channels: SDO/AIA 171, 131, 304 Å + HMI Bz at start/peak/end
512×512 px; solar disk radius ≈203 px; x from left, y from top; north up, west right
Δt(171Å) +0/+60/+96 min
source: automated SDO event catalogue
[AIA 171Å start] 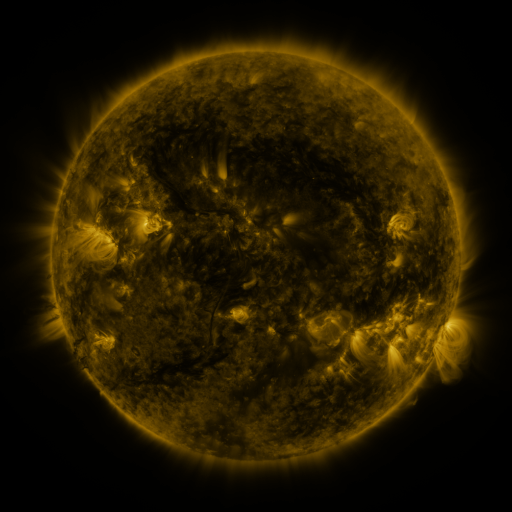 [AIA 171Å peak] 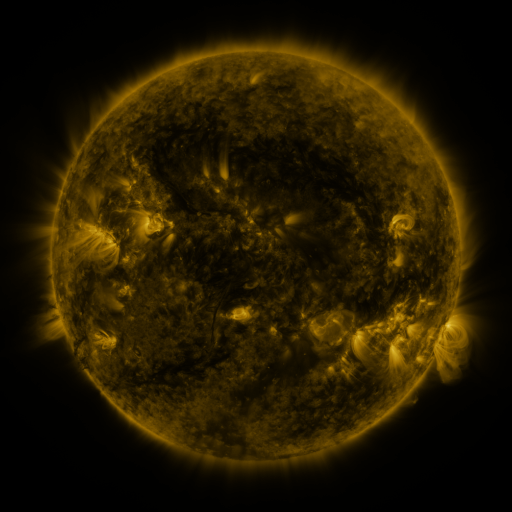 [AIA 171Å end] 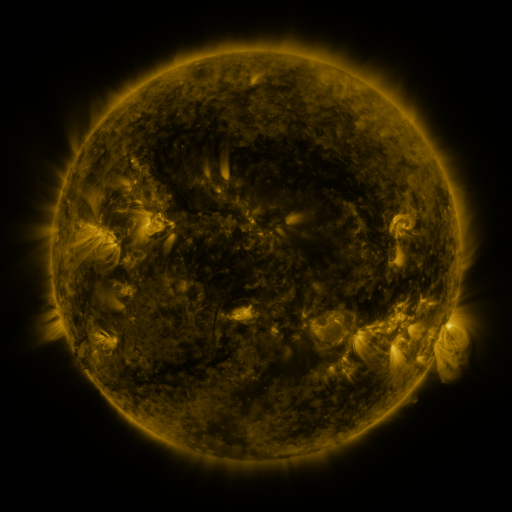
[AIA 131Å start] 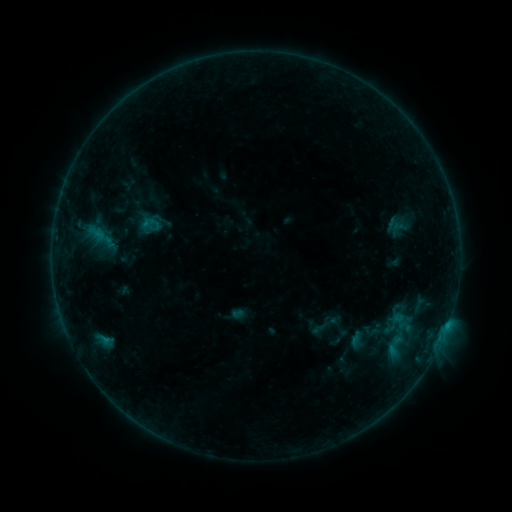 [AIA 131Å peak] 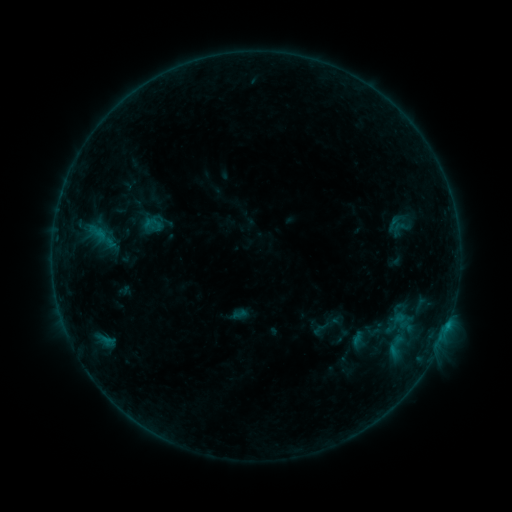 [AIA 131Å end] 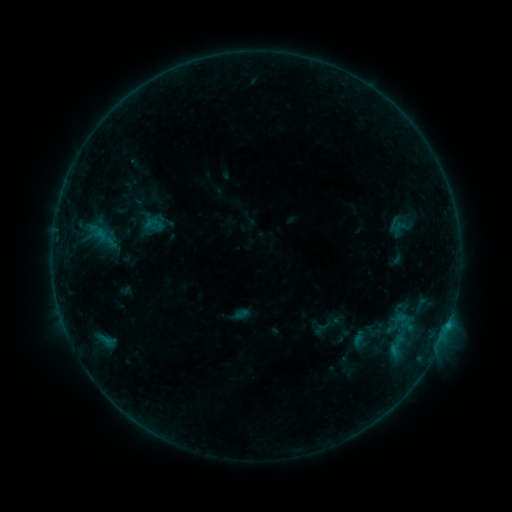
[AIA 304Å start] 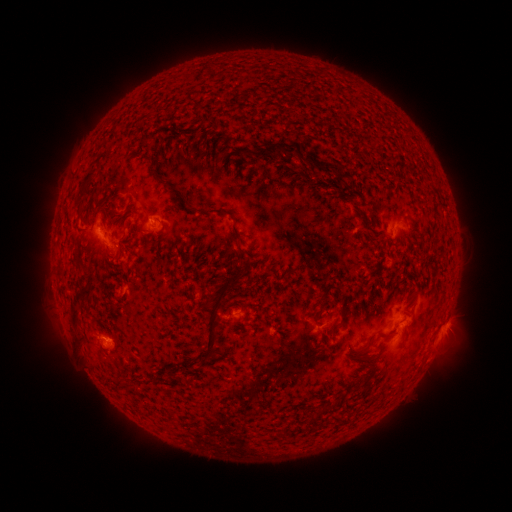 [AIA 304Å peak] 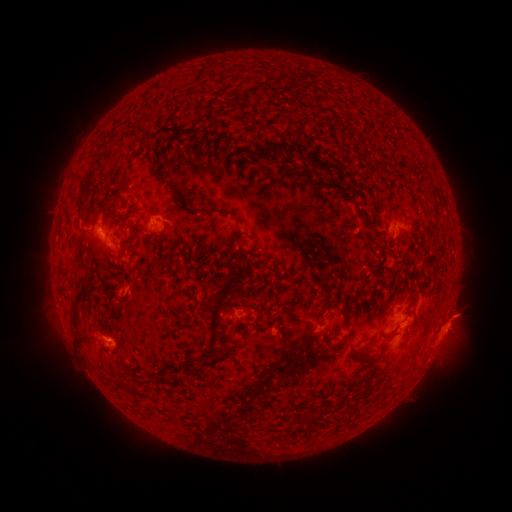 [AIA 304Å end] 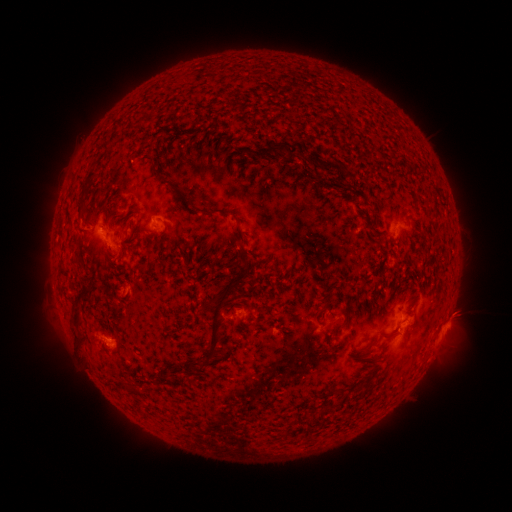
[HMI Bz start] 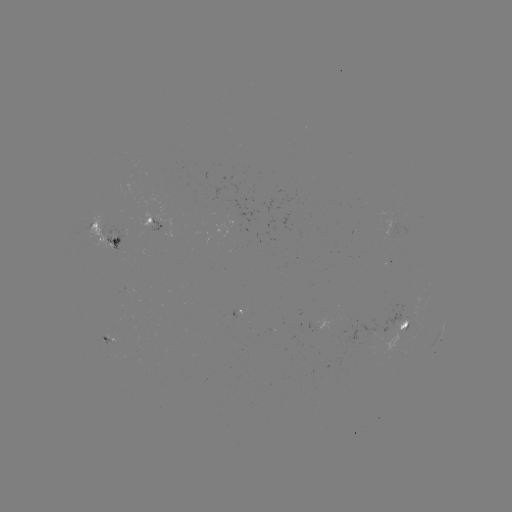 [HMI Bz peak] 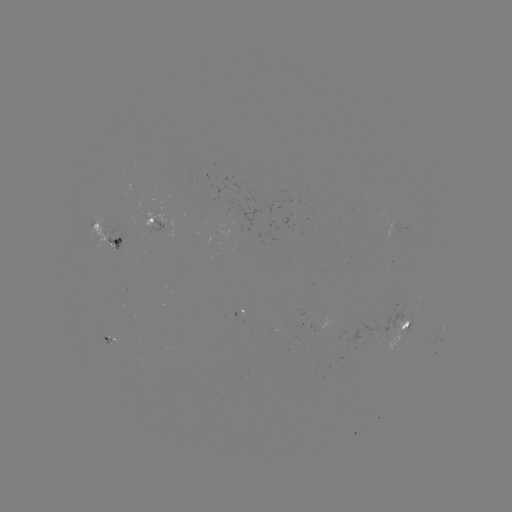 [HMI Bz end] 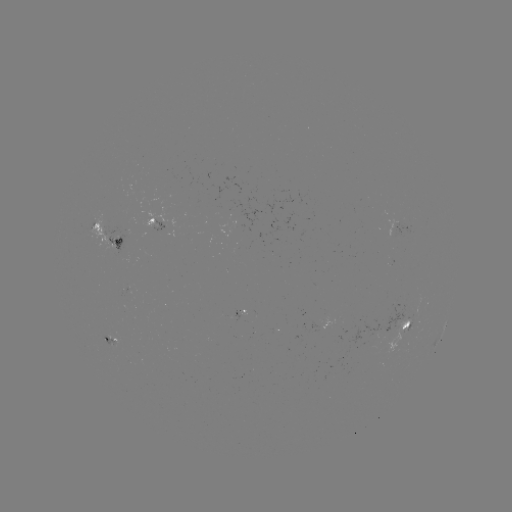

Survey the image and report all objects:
emerging-flux region: (413, 320)
